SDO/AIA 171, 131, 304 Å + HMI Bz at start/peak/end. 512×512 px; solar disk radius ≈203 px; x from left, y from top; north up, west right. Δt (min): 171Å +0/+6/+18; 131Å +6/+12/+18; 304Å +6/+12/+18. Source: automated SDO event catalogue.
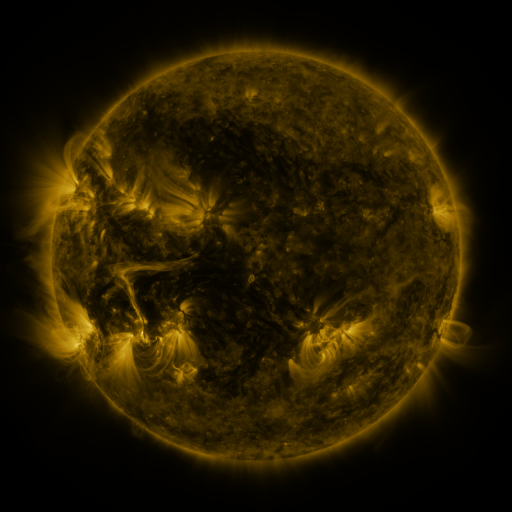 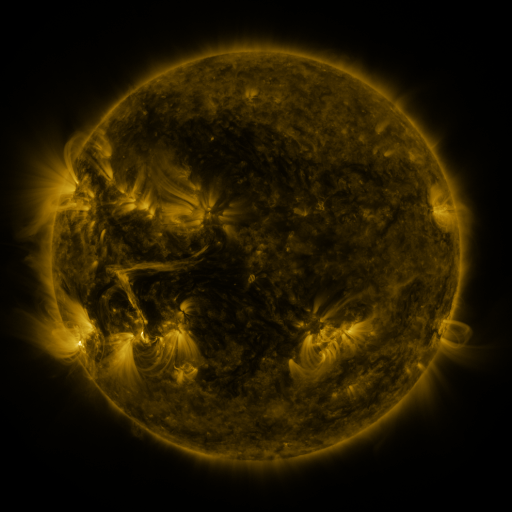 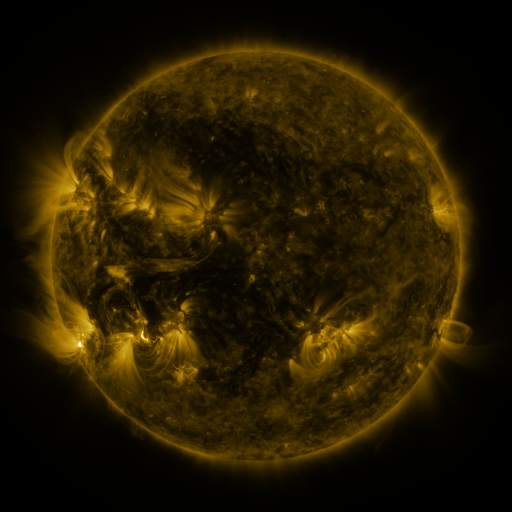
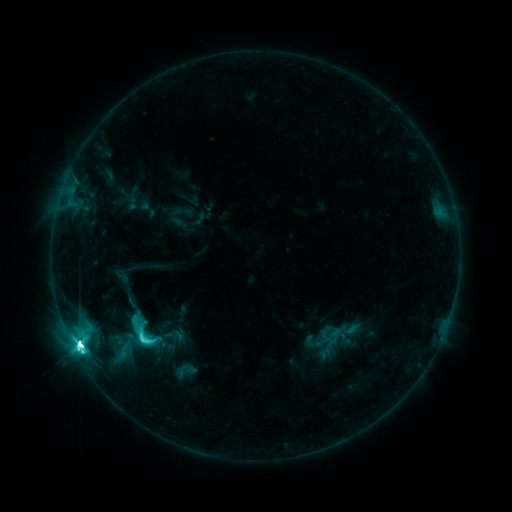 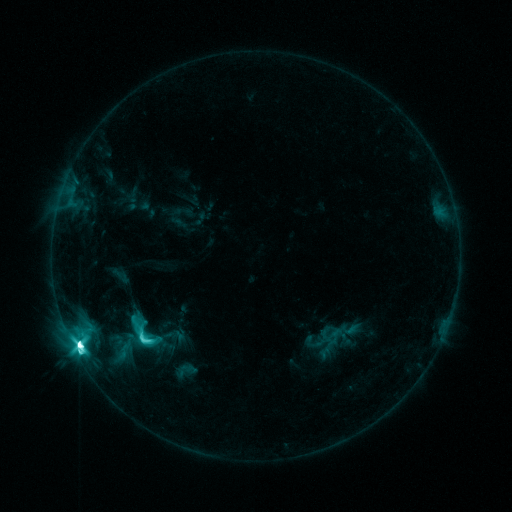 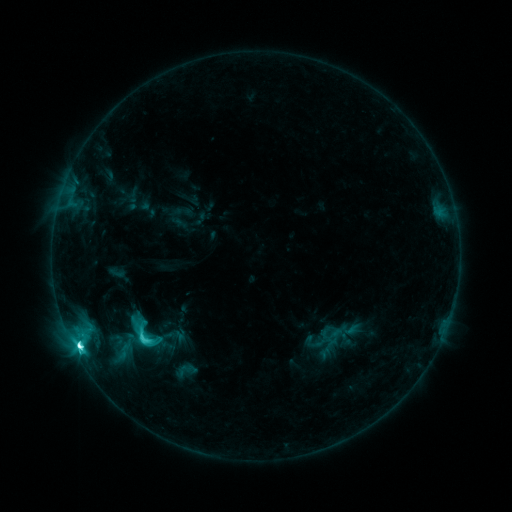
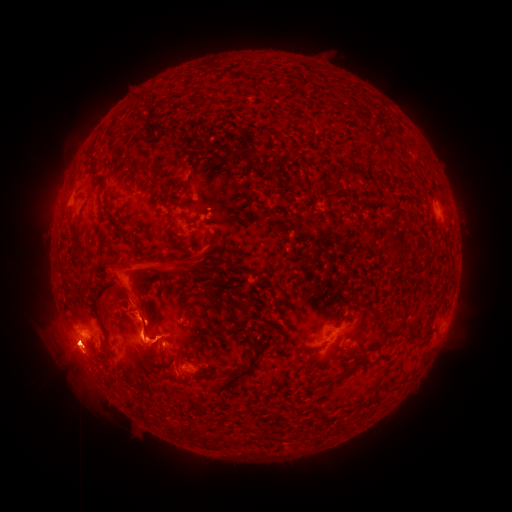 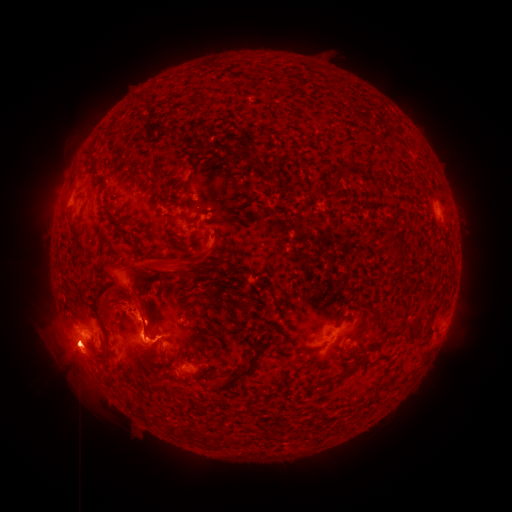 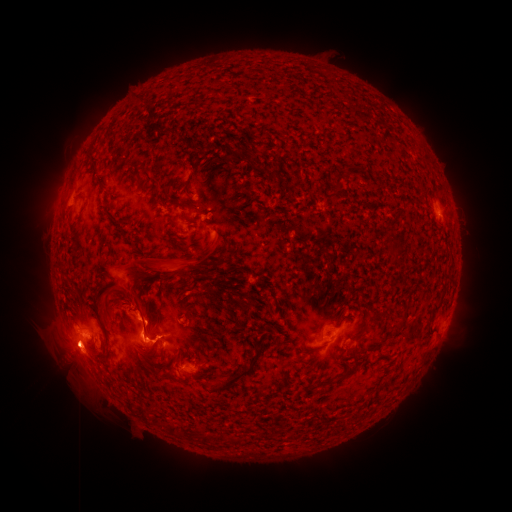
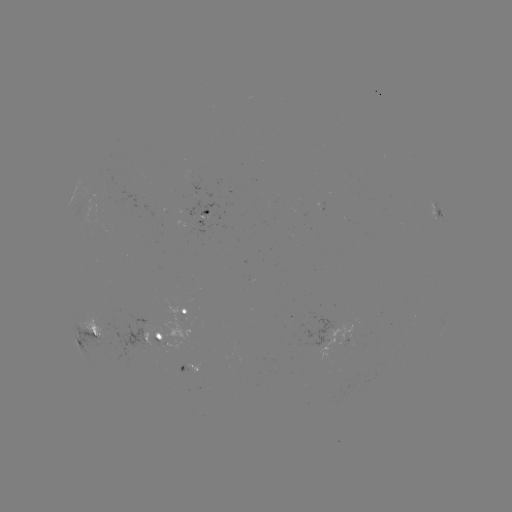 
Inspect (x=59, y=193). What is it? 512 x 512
eruption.